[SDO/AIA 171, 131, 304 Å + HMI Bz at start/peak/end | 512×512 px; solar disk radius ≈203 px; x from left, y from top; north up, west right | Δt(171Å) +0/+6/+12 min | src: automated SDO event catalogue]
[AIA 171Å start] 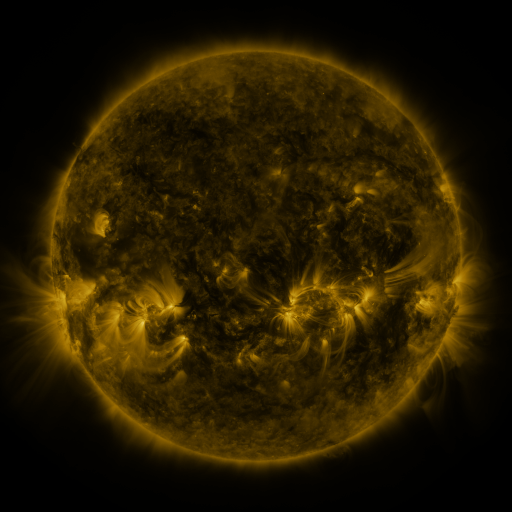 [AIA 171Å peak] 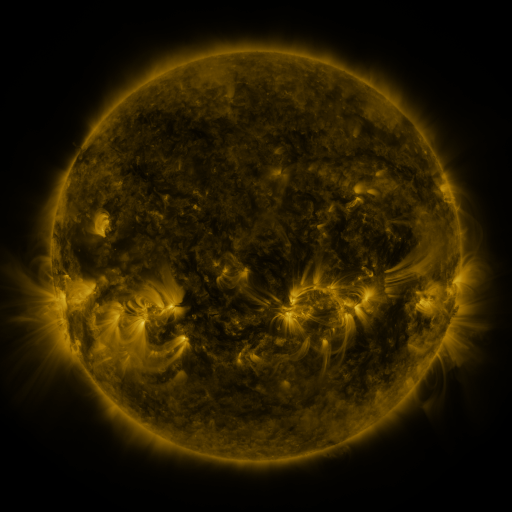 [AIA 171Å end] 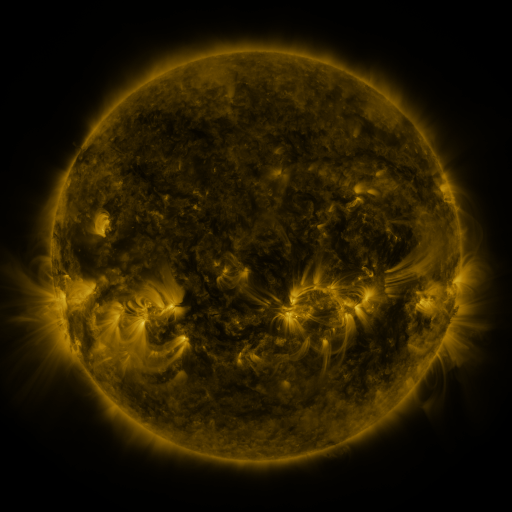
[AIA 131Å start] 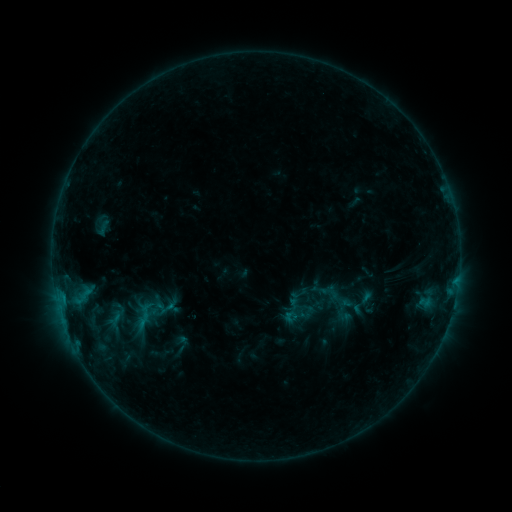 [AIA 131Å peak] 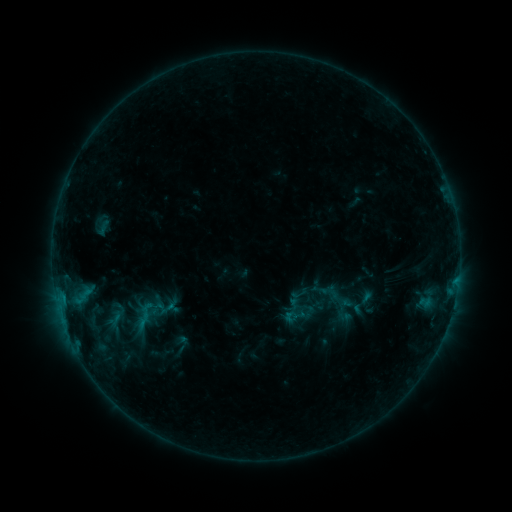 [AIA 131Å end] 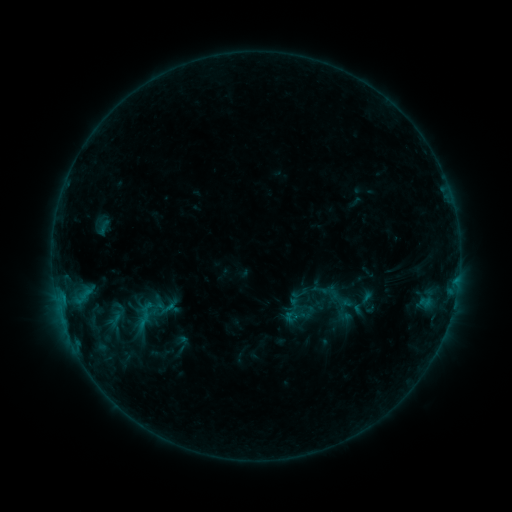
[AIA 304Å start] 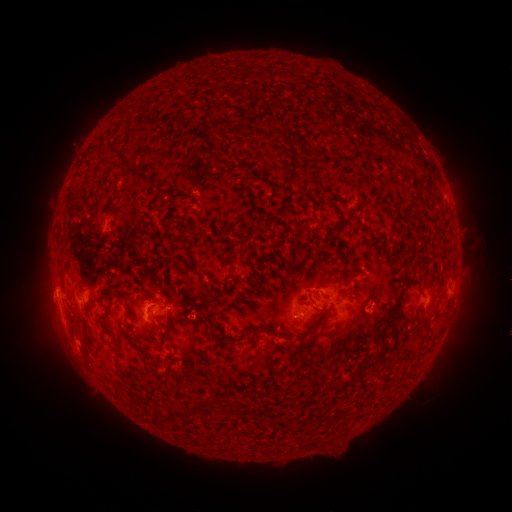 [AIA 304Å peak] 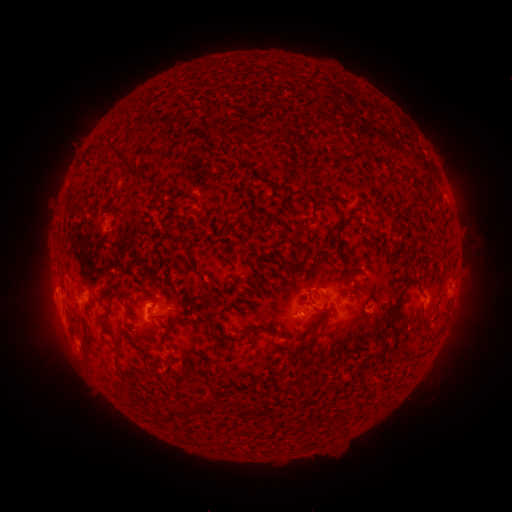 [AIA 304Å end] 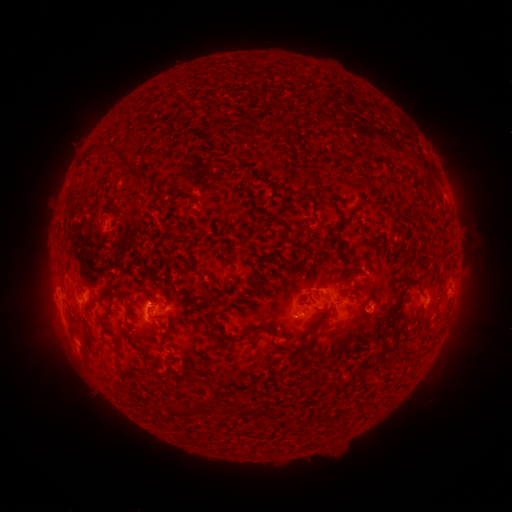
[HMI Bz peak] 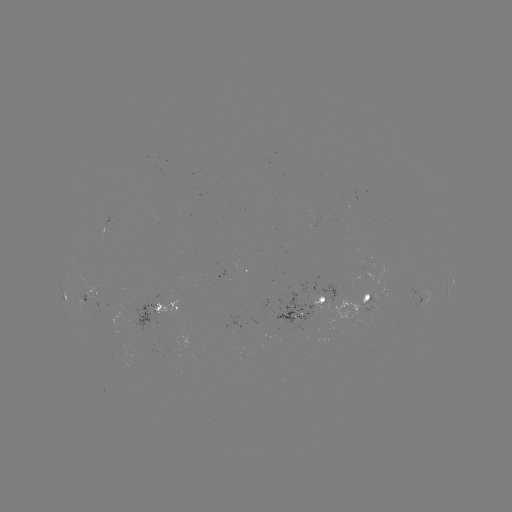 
nothing was catalogued: no classed flare, no EUV trigger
